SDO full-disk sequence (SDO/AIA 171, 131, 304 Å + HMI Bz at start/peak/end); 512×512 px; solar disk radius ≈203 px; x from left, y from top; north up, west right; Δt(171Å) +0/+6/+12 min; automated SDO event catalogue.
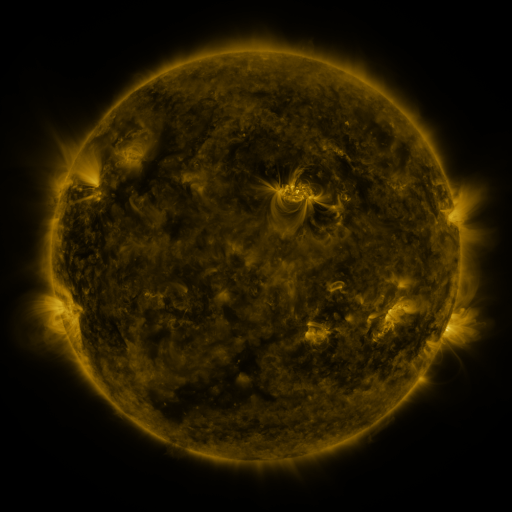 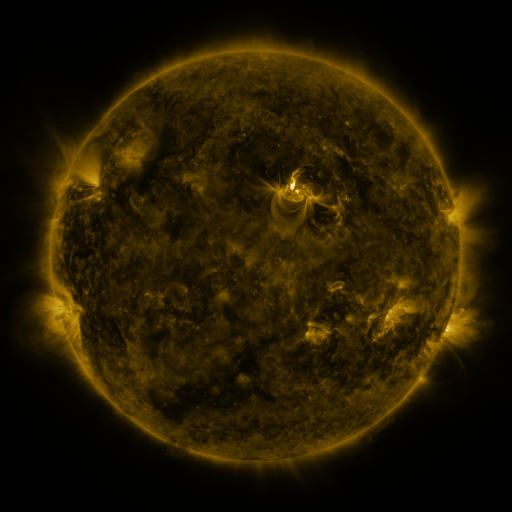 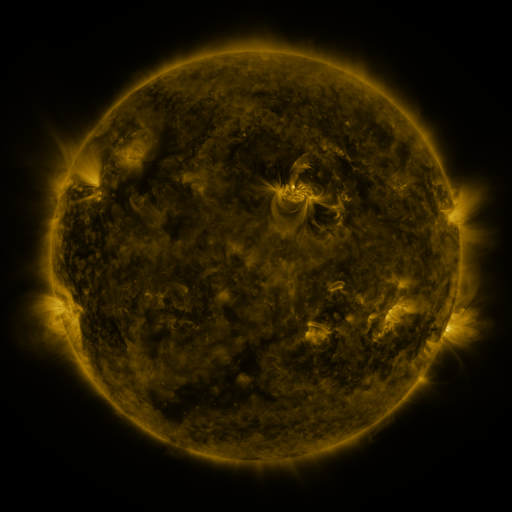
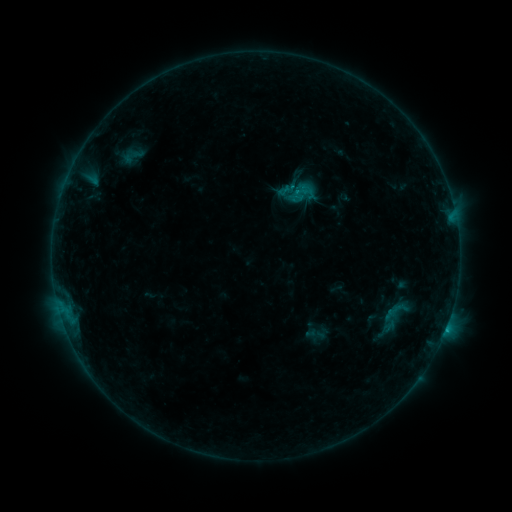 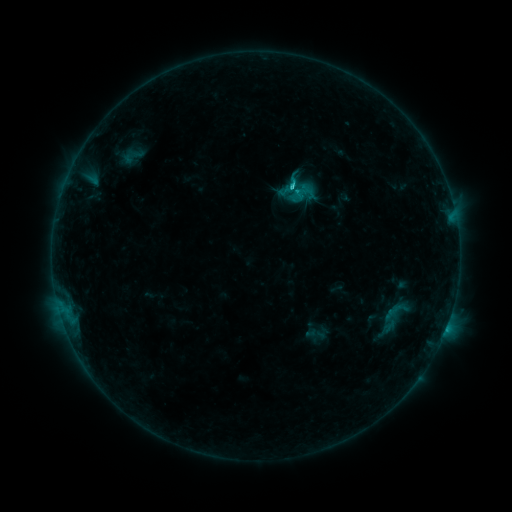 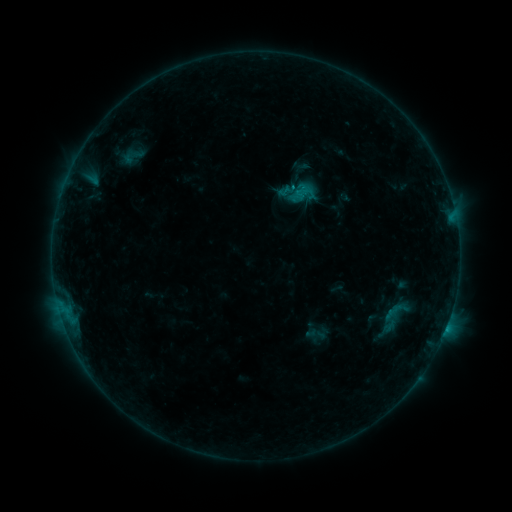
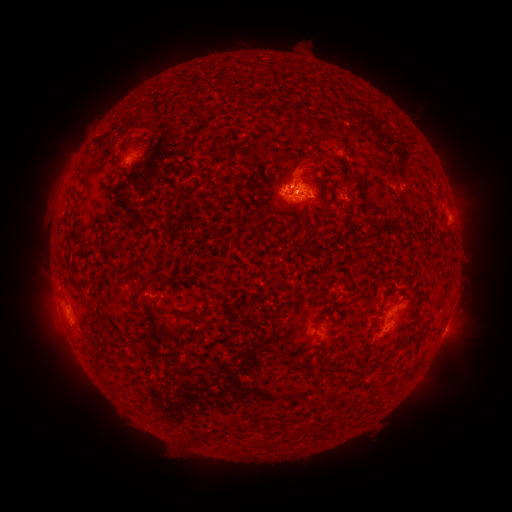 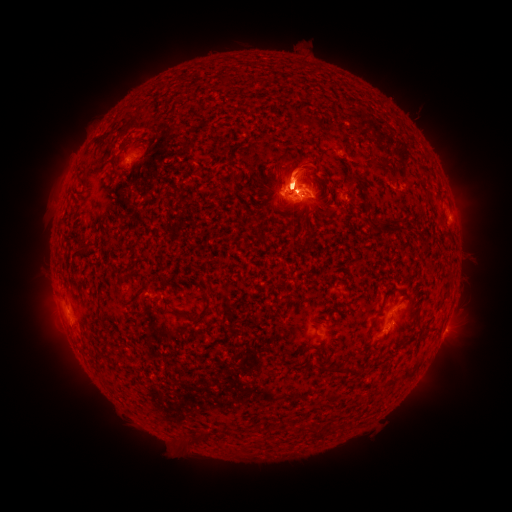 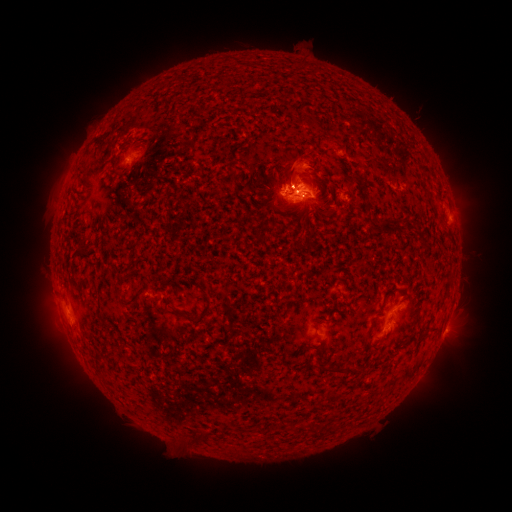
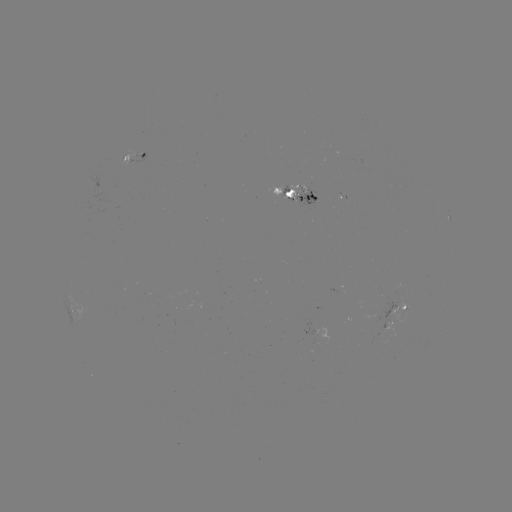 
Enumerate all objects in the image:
C2.7 flare: (293, 186)
